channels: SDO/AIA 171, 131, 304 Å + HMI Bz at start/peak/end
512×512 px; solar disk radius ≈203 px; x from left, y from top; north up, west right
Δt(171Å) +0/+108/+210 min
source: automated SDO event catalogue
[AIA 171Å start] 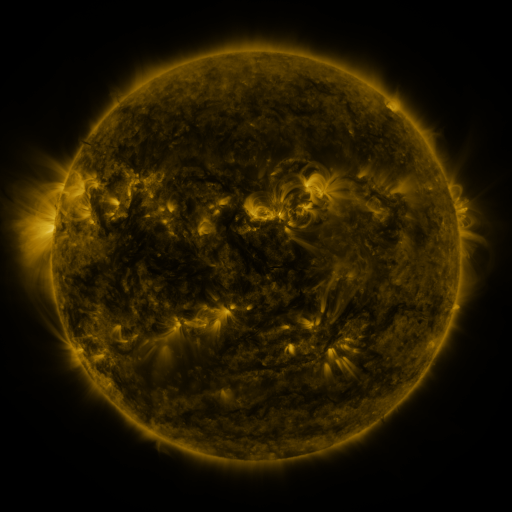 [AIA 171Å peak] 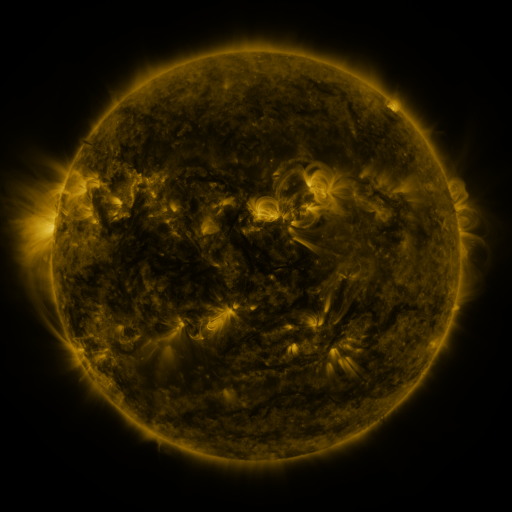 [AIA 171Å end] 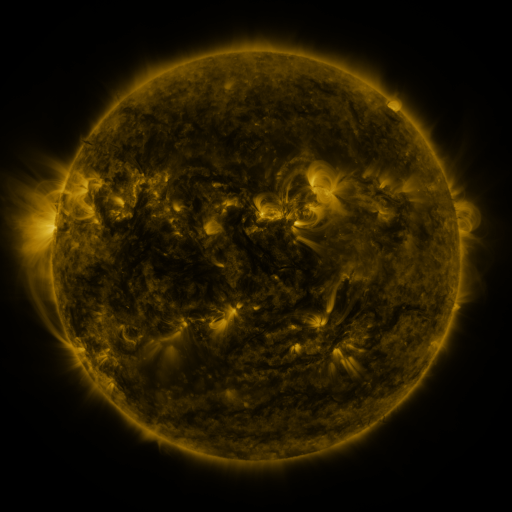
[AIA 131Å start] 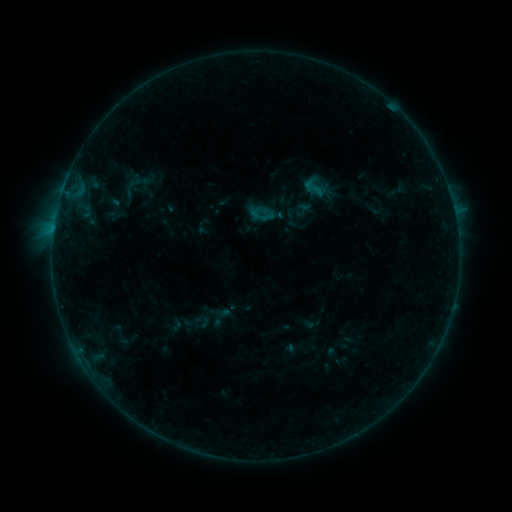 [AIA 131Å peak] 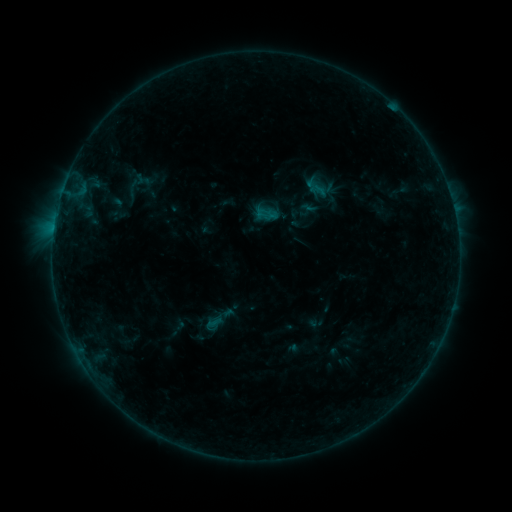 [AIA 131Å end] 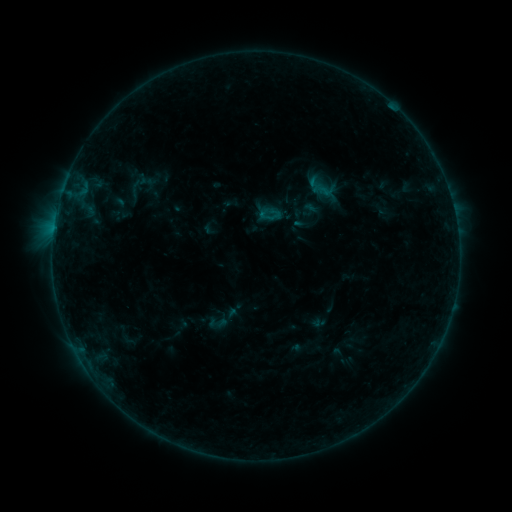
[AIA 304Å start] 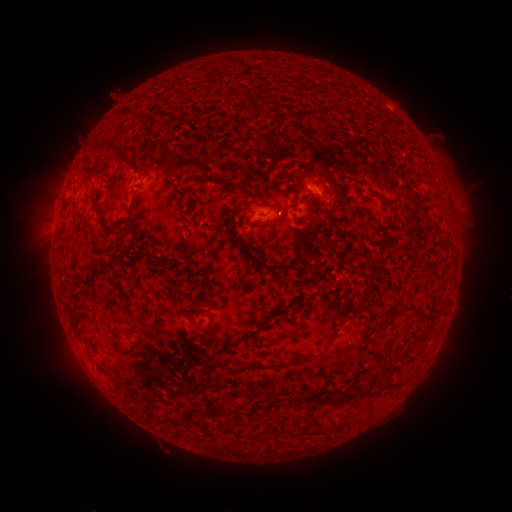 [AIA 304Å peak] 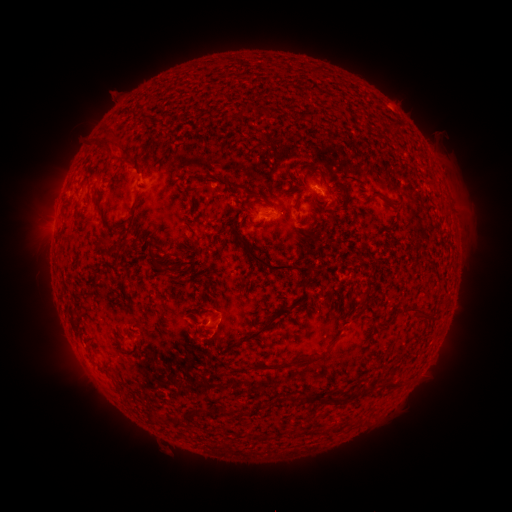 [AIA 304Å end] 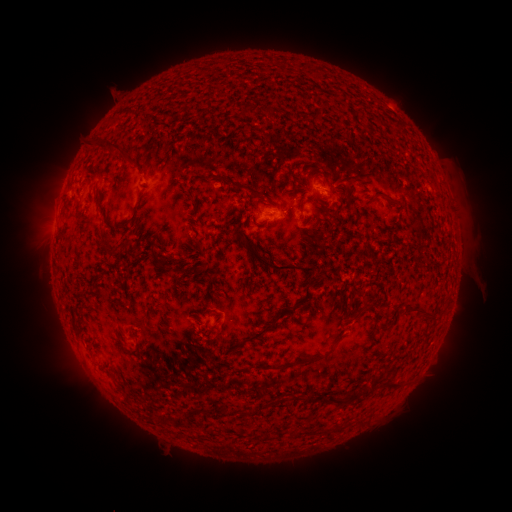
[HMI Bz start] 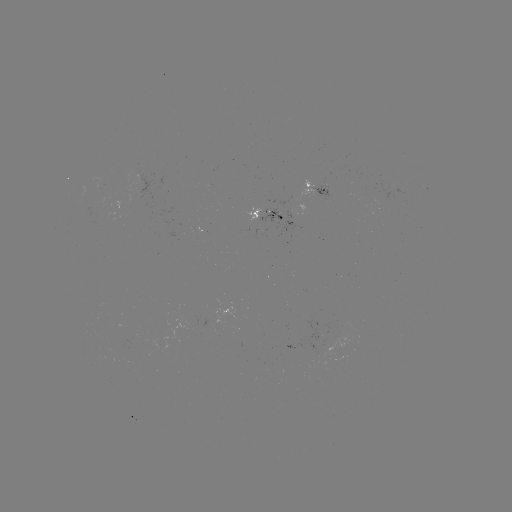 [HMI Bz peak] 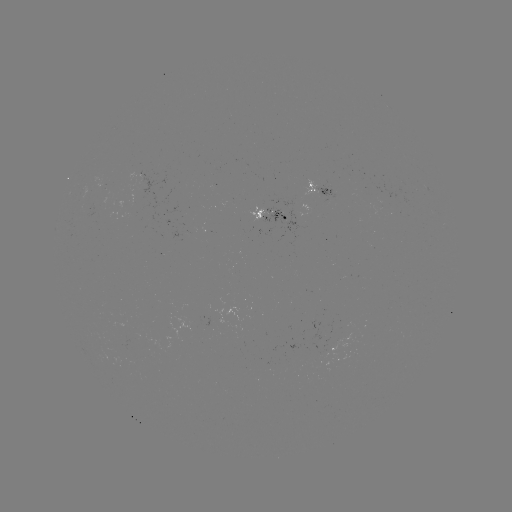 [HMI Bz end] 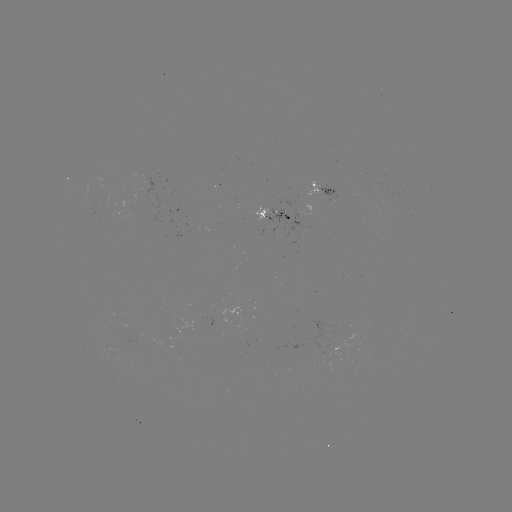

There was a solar filament eruption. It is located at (165, 236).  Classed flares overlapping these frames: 1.